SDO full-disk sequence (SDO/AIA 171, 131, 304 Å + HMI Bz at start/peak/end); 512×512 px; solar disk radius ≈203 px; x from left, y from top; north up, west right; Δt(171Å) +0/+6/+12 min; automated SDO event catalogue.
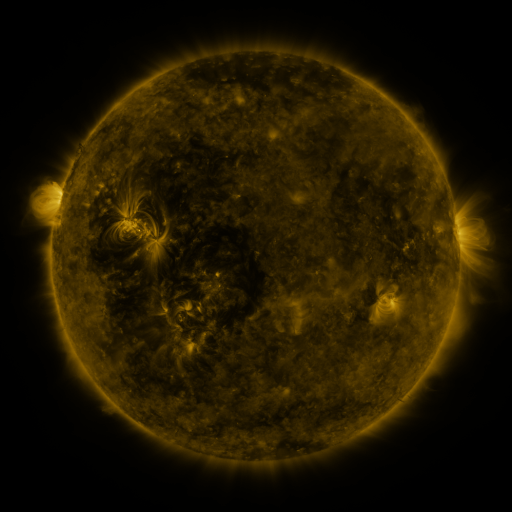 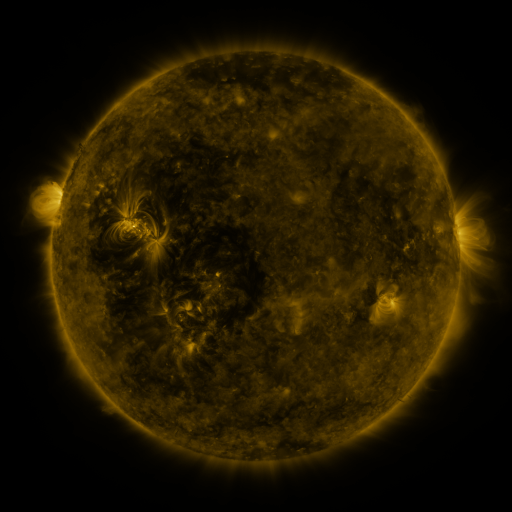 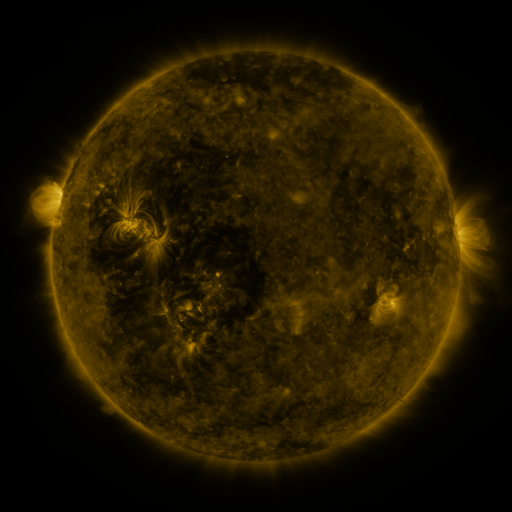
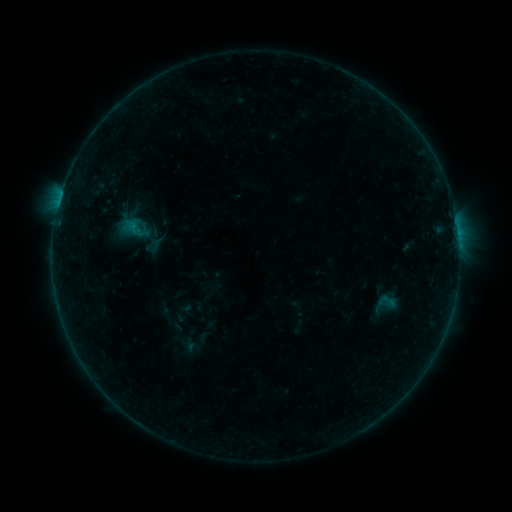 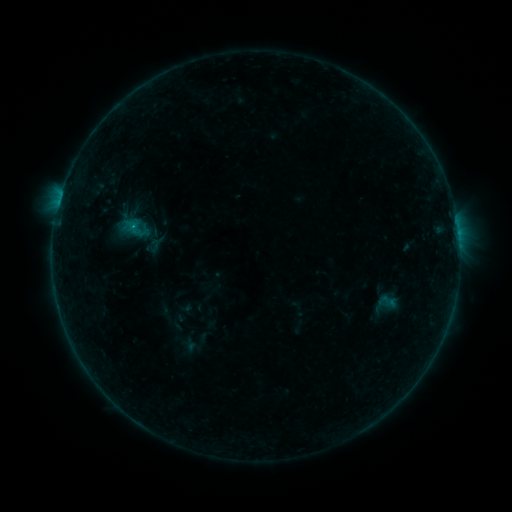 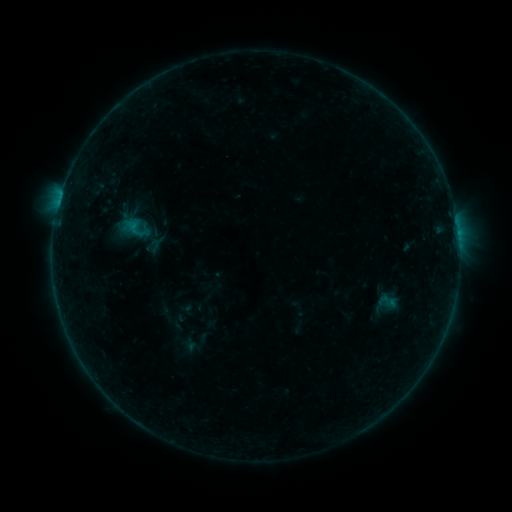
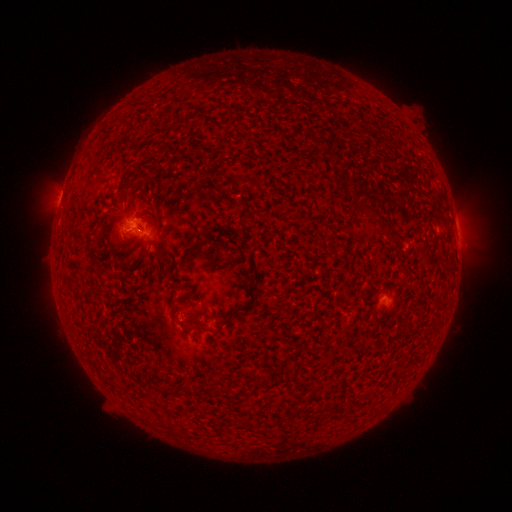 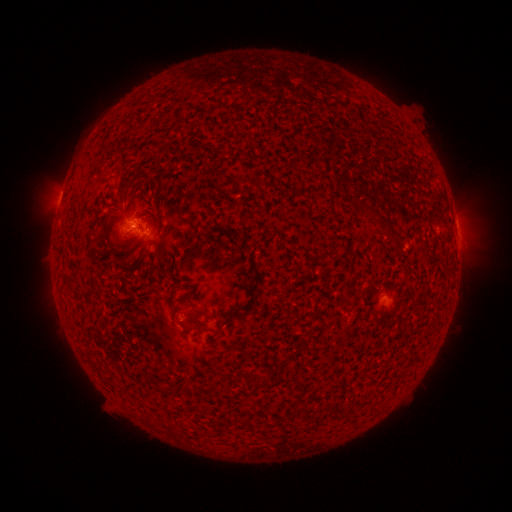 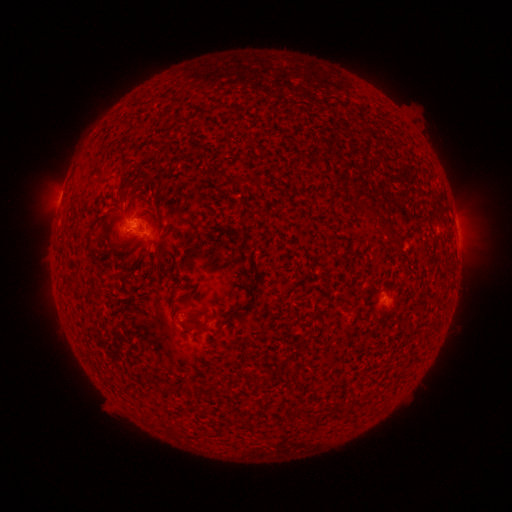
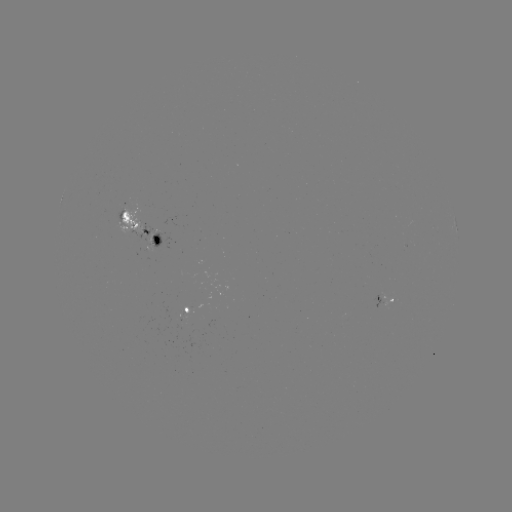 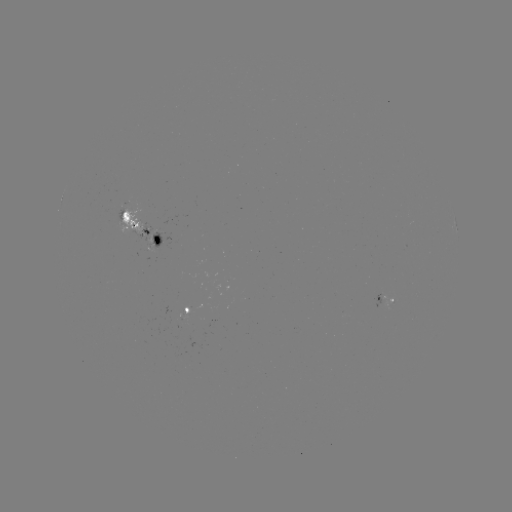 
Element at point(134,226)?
B4.1 flare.